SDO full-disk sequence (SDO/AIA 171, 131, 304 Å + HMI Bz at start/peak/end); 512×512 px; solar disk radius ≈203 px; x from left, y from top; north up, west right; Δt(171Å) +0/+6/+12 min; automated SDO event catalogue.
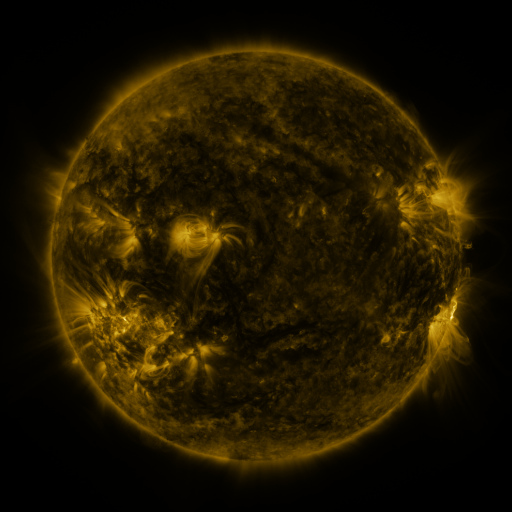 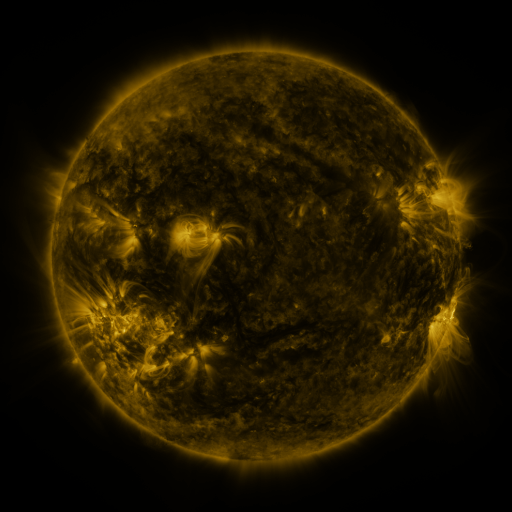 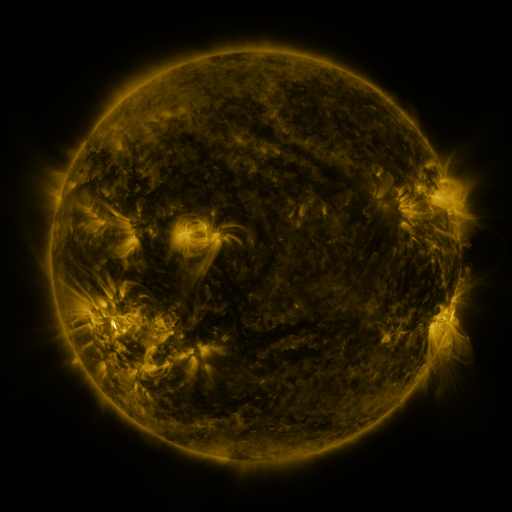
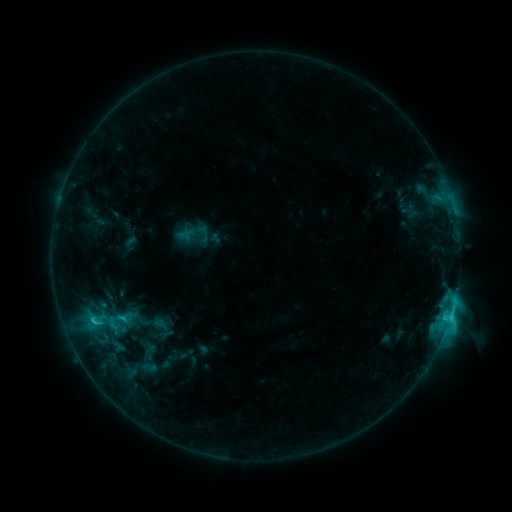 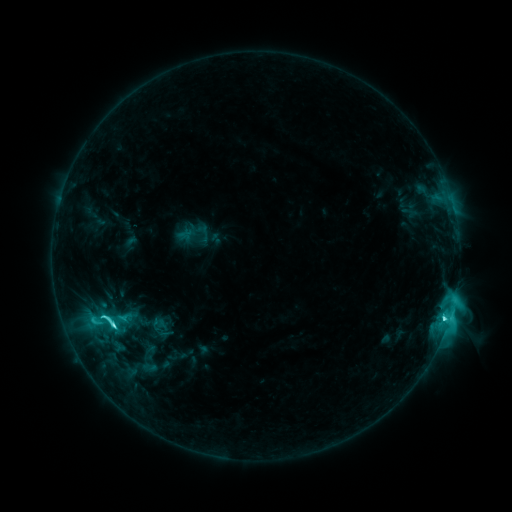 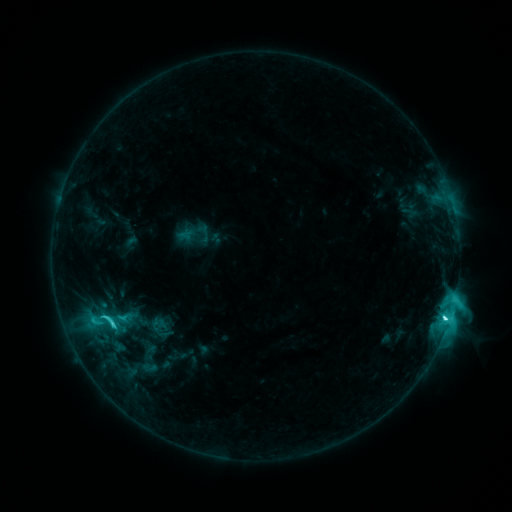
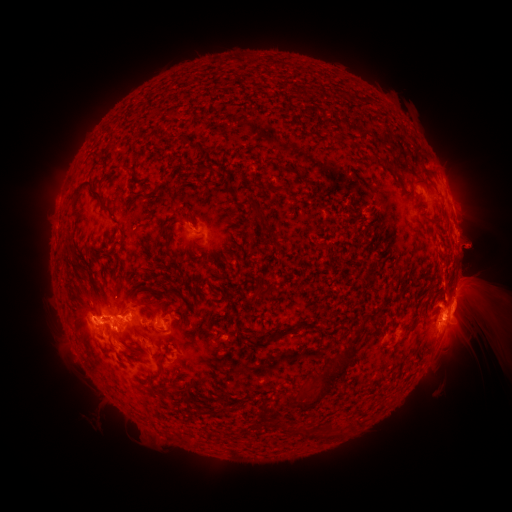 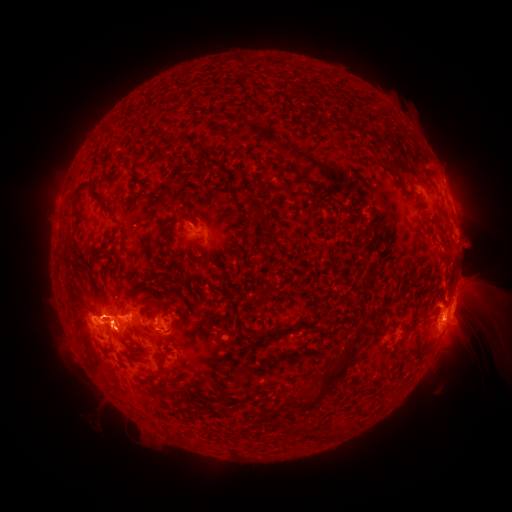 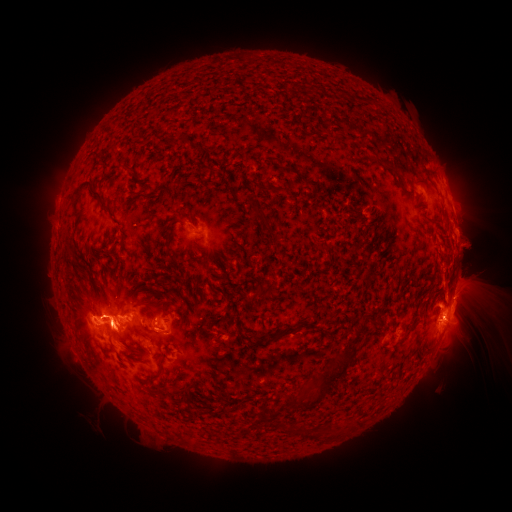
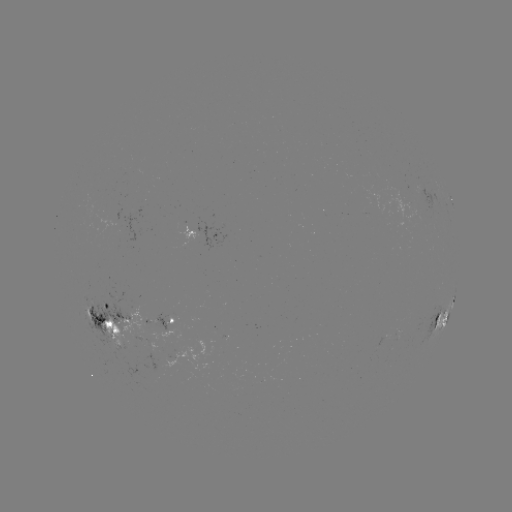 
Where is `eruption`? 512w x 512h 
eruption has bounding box [174, 192, 229, 244].